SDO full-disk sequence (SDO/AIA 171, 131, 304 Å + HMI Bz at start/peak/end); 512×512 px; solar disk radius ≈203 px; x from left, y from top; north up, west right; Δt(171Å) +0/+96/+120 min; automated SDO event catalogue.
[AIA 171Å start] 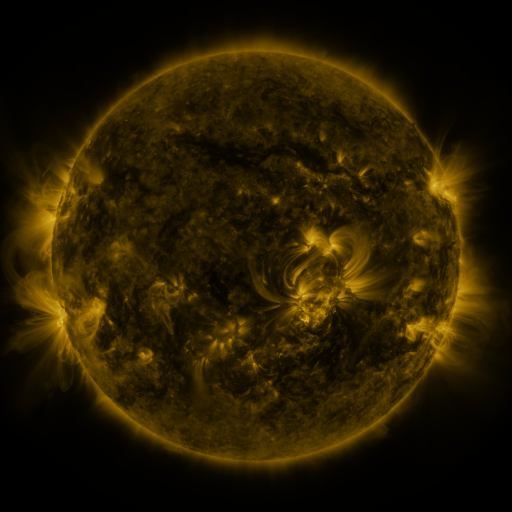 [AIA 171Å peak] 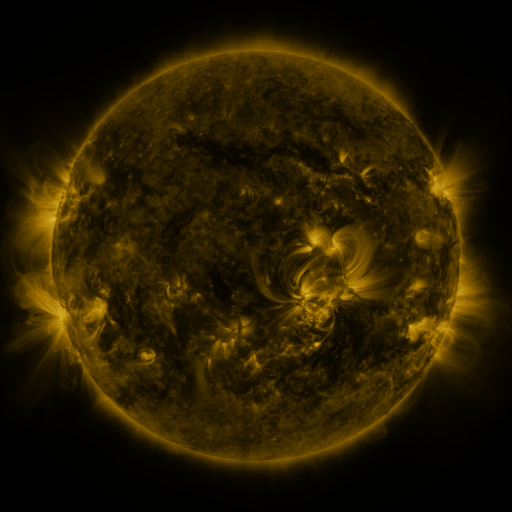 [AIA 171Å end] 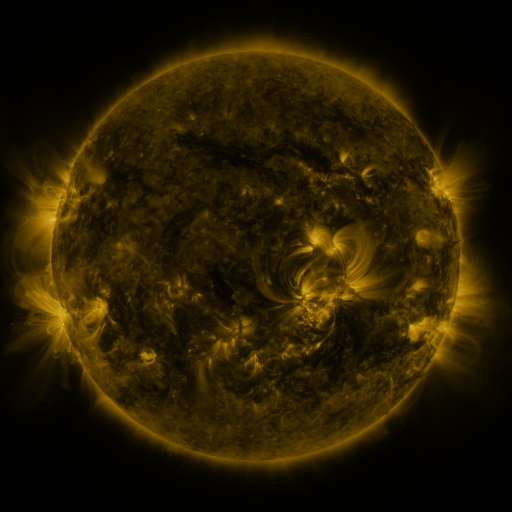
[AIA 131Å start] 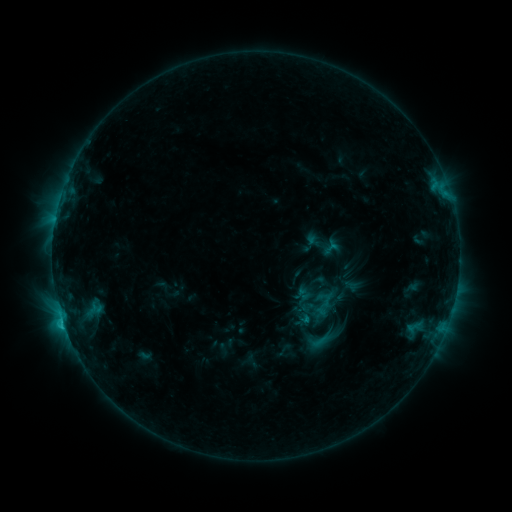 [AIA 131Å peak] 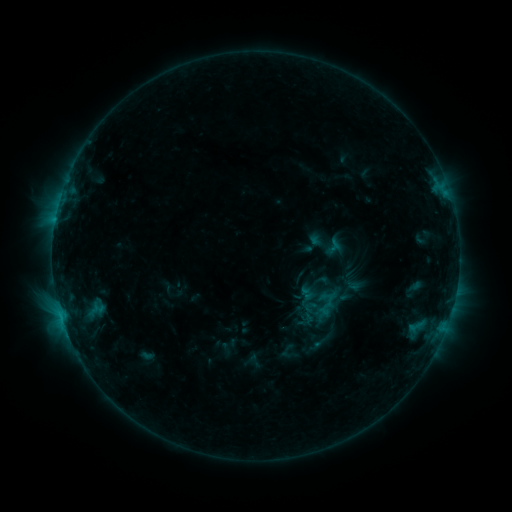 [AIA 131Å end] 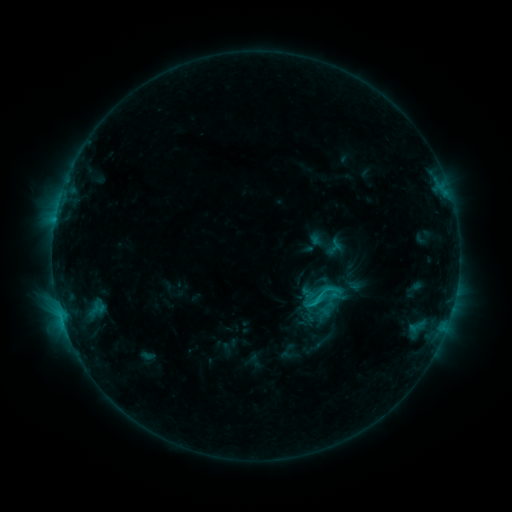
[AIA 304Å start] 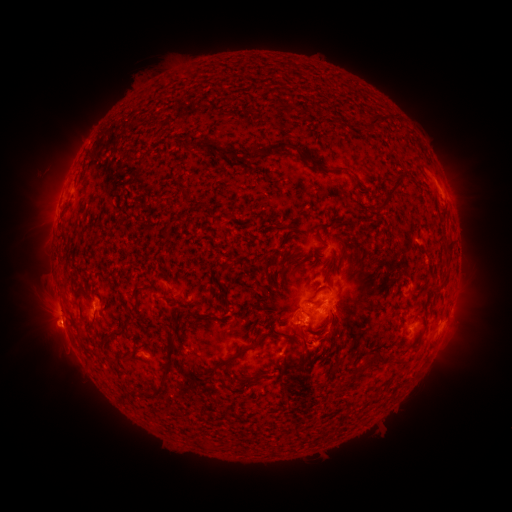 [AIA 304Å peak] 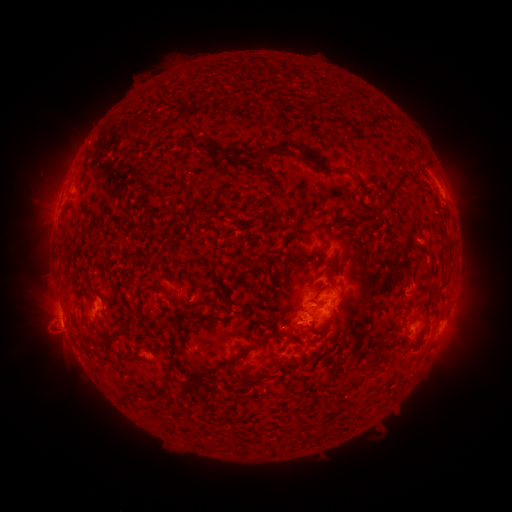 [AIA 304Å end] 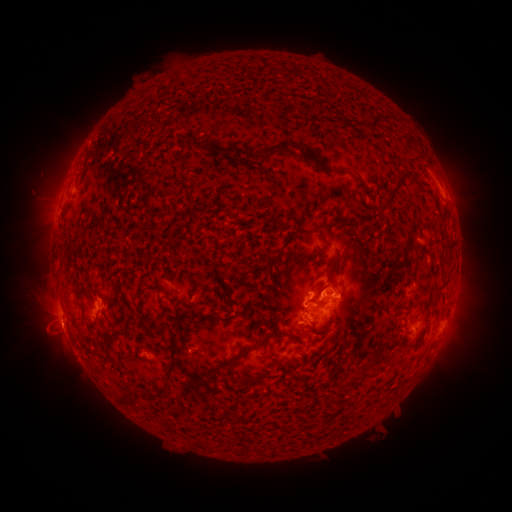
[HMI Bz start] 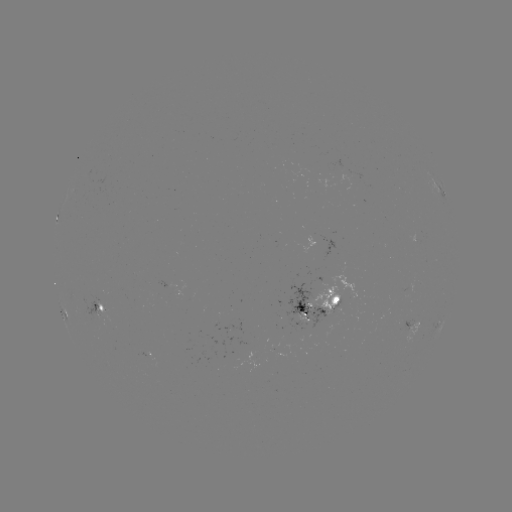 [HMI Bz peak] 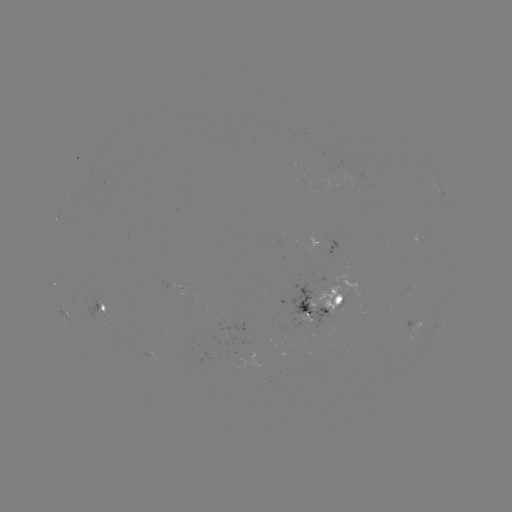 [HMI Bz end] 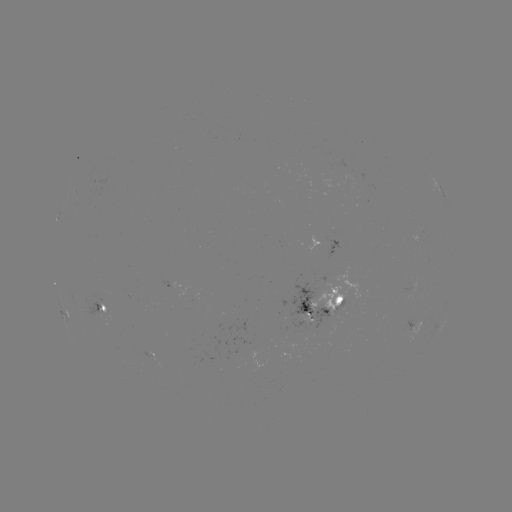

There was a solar emerging-flux region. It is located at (144, 355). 